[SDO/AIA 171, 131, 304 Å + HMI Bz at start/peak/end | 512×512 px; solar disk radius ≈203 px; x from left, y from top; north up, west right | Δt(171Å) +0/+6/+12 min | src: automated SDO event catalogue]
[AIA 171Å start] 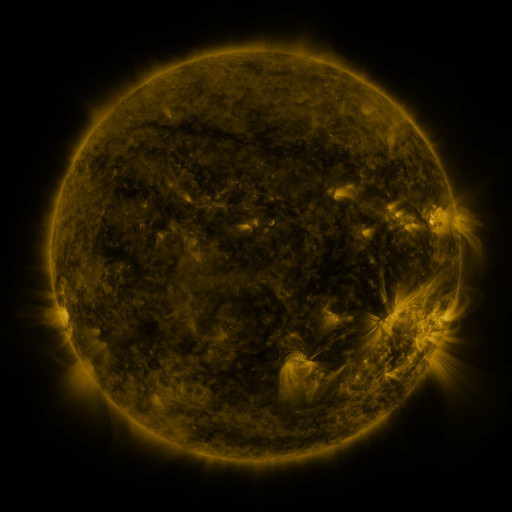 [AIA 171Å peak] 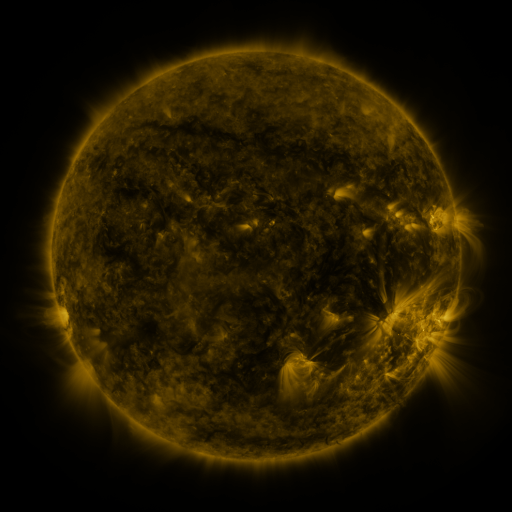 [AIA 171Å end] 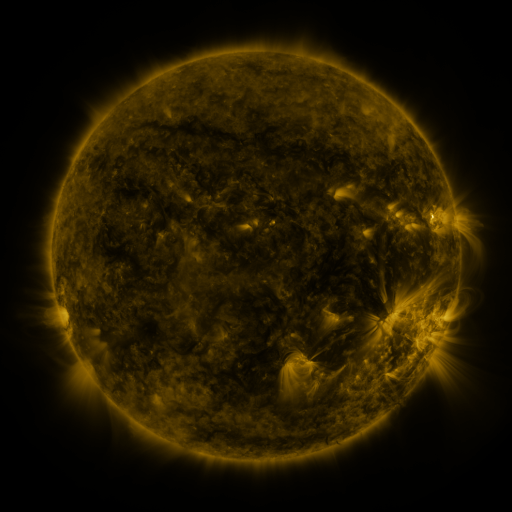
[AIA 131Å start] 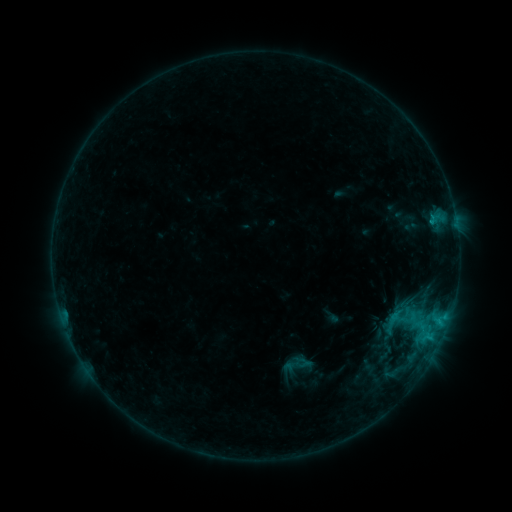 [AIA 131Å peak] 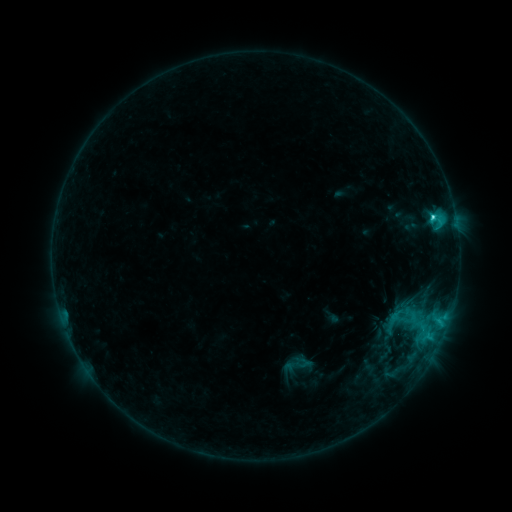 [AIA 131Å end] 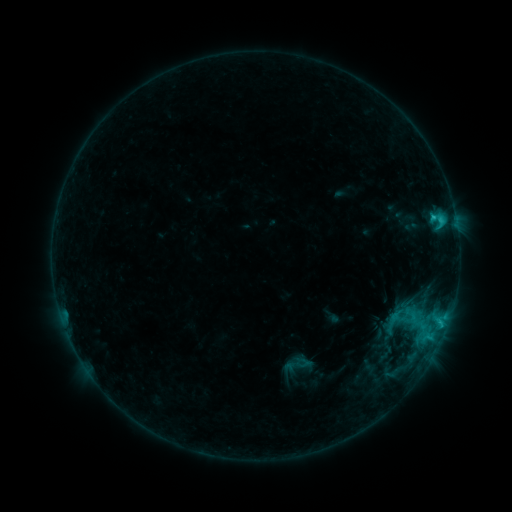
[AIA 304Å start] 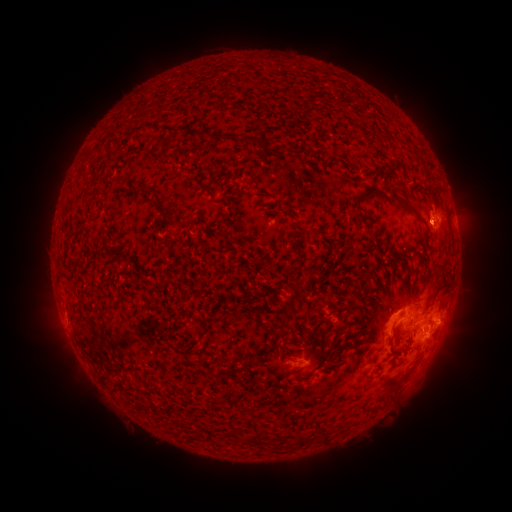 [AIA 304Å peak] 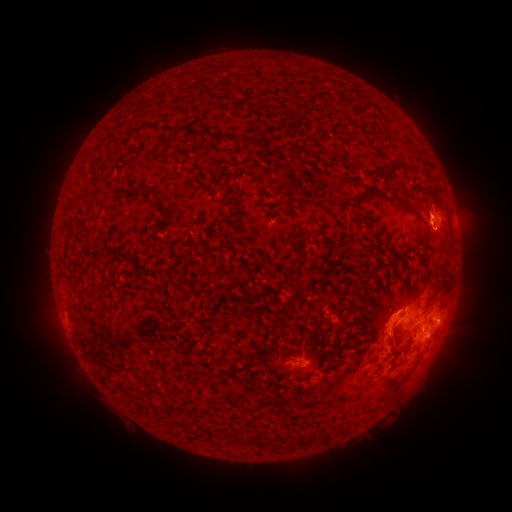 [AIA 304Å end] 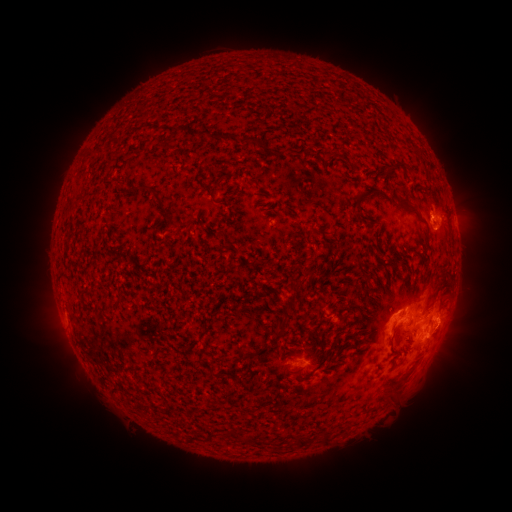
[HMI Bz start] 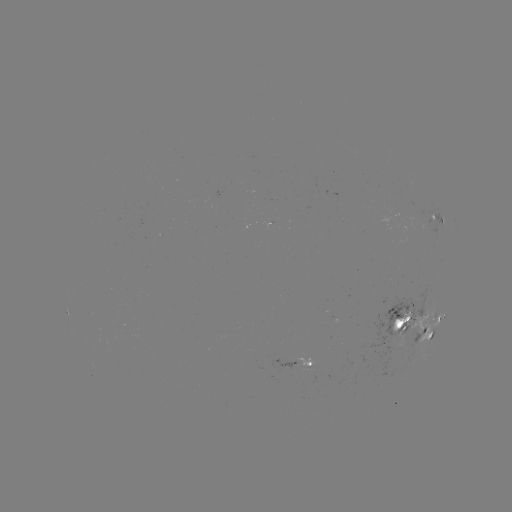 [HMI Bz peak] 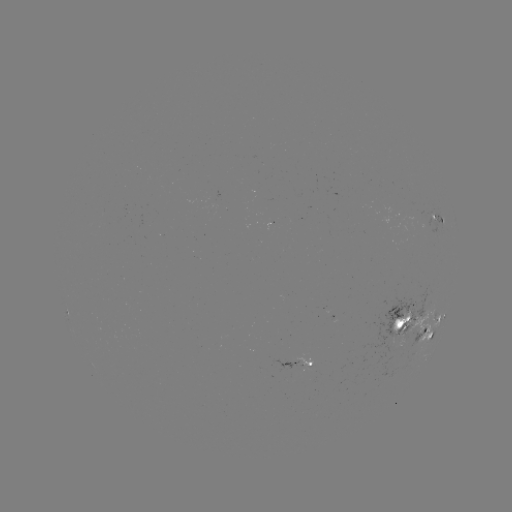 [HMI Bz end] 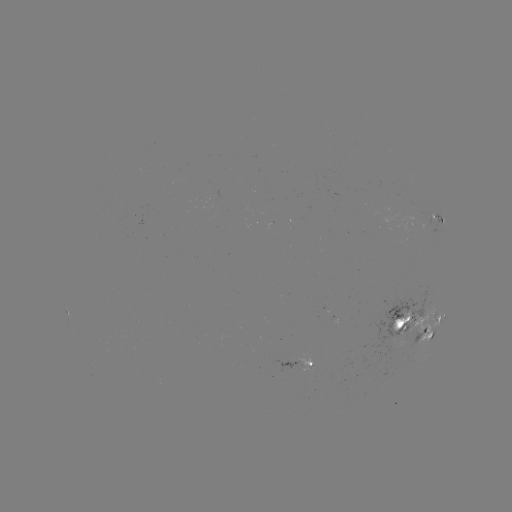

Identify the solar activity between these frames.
C3.0 flare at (433, 220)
